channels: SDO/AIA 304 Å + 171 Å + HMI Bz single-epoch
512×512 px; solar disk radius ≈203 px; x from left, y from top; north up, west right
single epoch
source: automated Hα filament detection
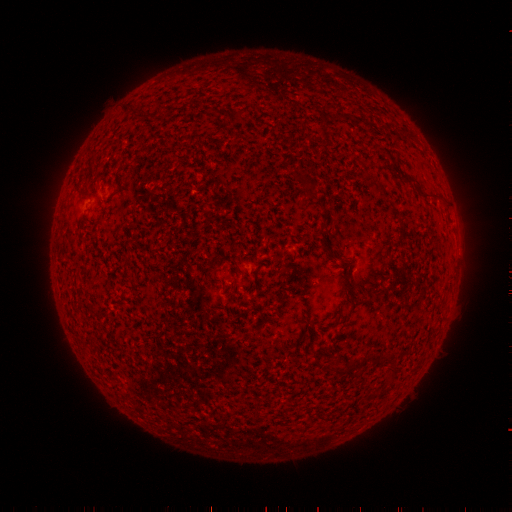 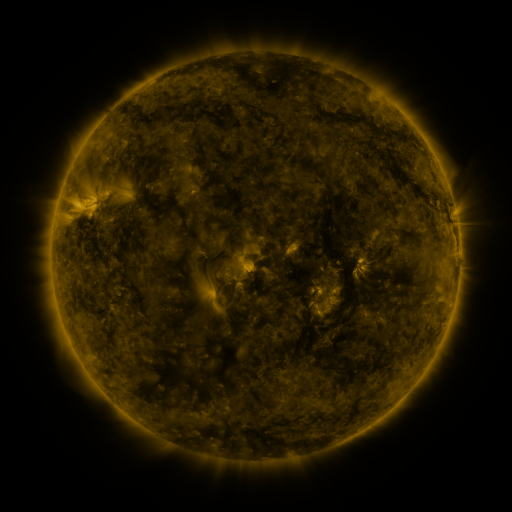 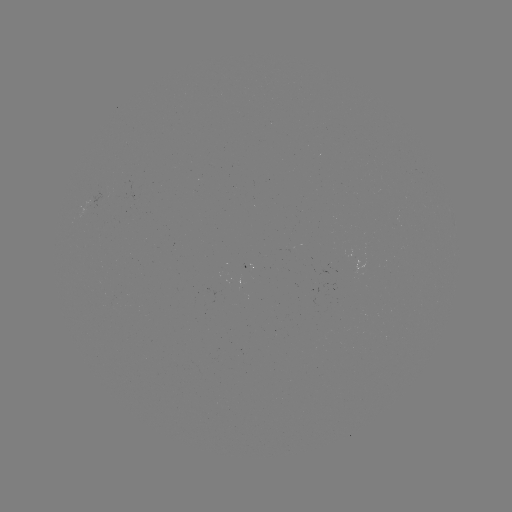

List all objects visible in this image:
filament: (237, 107, 247, 116)
filament: (295, 174, 317, 189)
filament: (405, 177, 417, 186)
filament: (368, 354, 377, 365)
filament: (347, 361, 356, 373)
filament: (330, 366, 346, 377)
